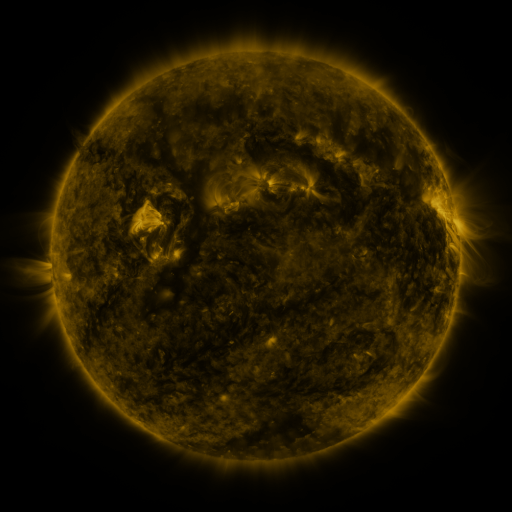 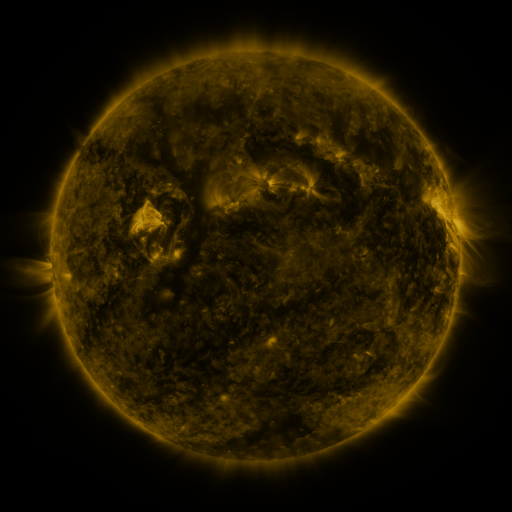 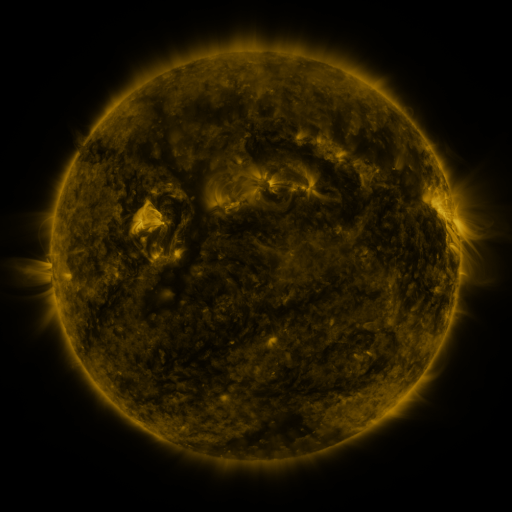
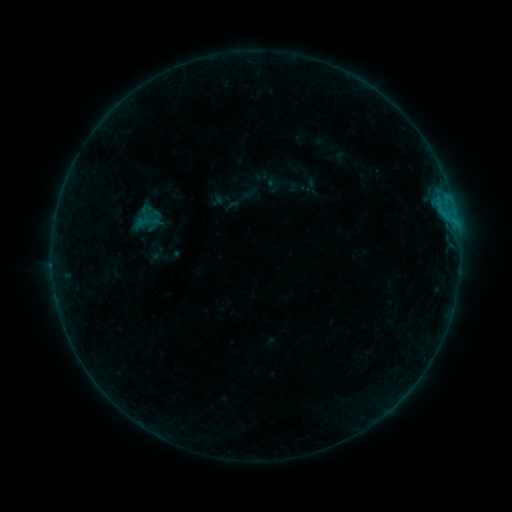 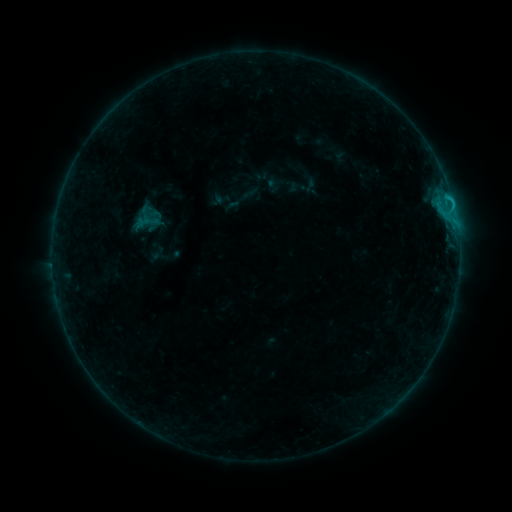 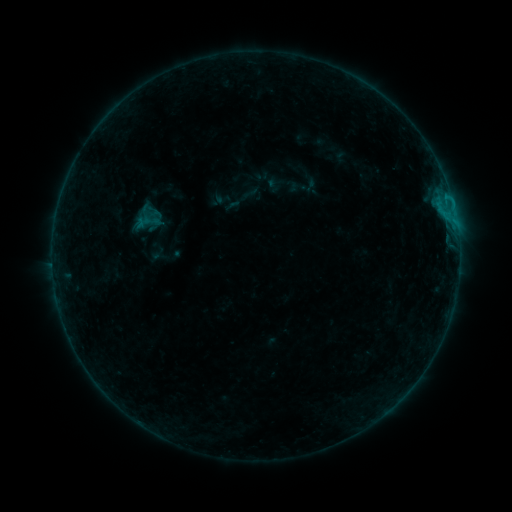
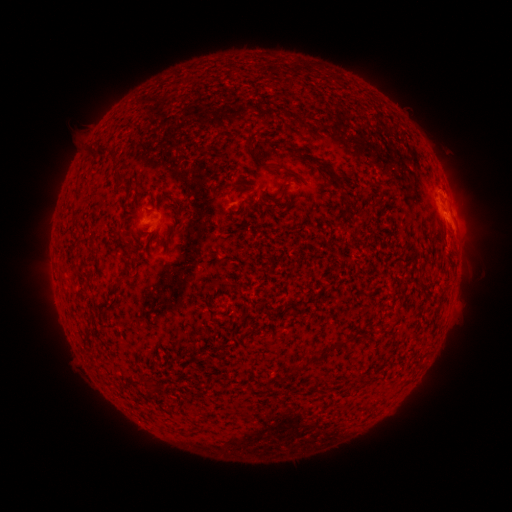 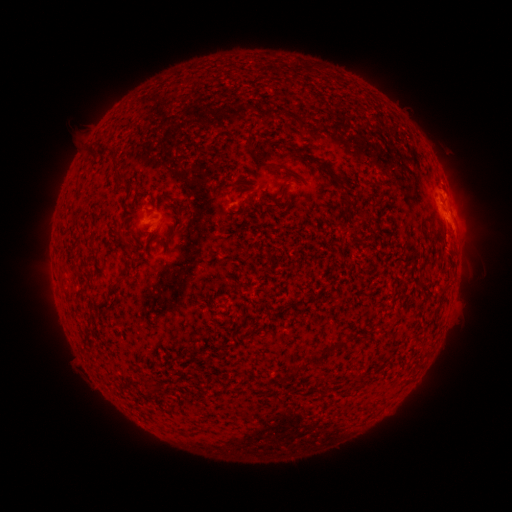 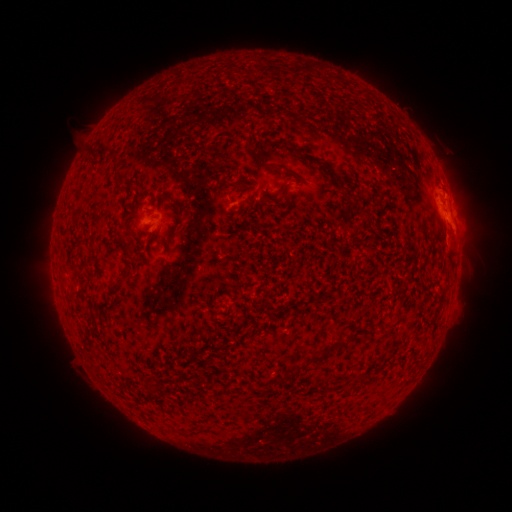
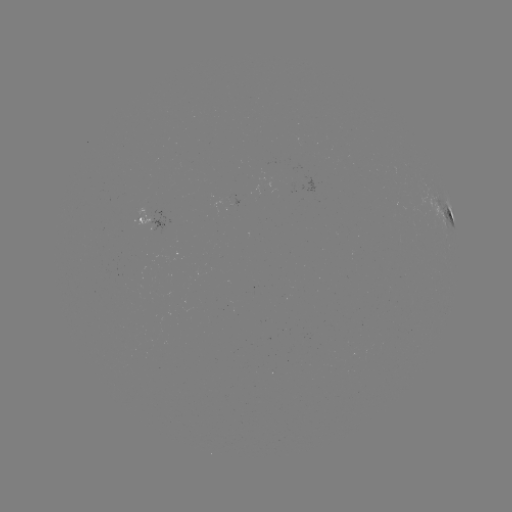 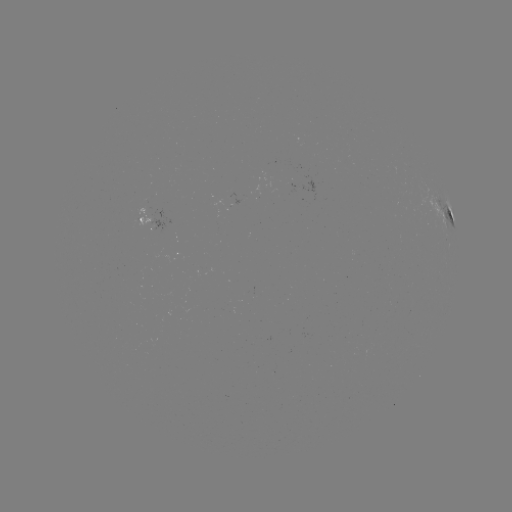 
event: flare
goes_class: B6.6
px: (448, 199)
